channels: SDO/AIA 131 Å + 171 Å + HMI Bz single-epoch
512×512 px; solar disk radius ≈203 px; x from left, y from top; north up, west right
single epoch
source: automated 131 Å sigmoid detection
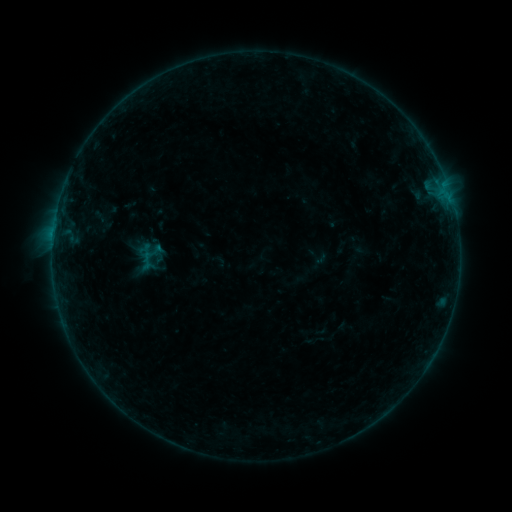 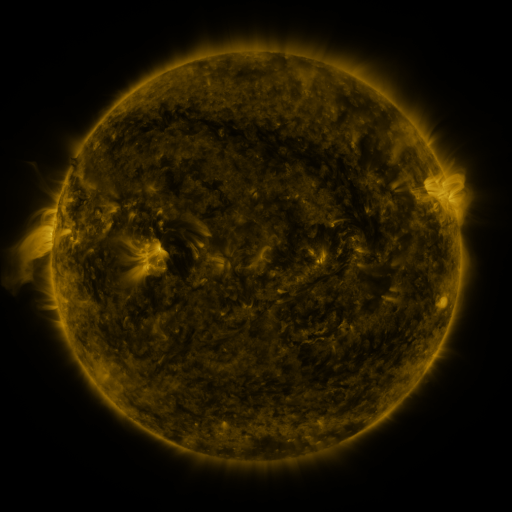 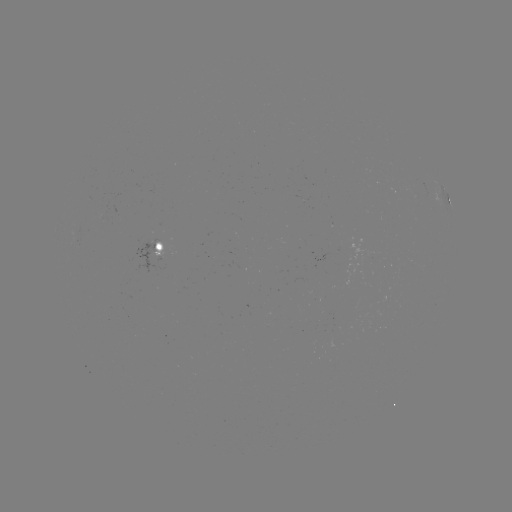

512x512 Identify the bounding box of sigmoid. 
[137, 252, 156, 269].